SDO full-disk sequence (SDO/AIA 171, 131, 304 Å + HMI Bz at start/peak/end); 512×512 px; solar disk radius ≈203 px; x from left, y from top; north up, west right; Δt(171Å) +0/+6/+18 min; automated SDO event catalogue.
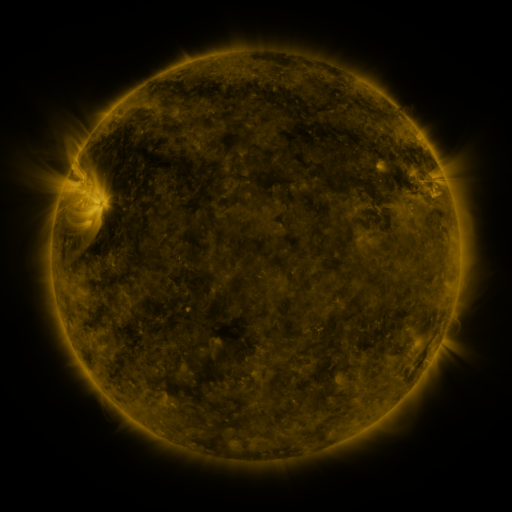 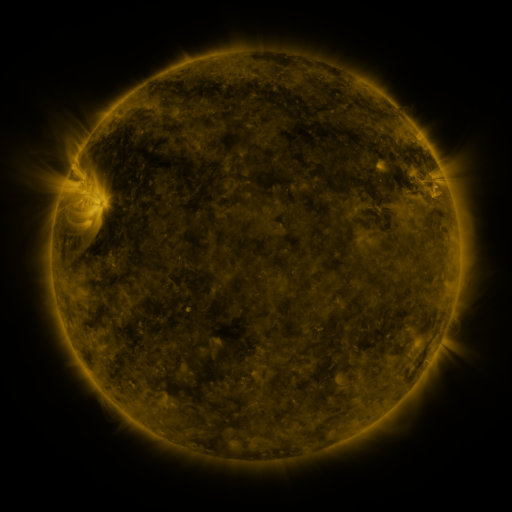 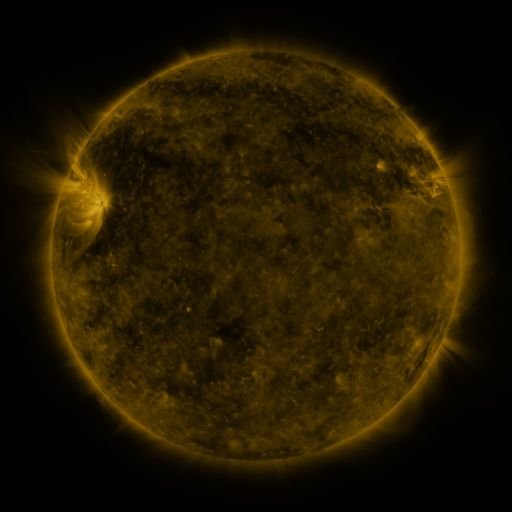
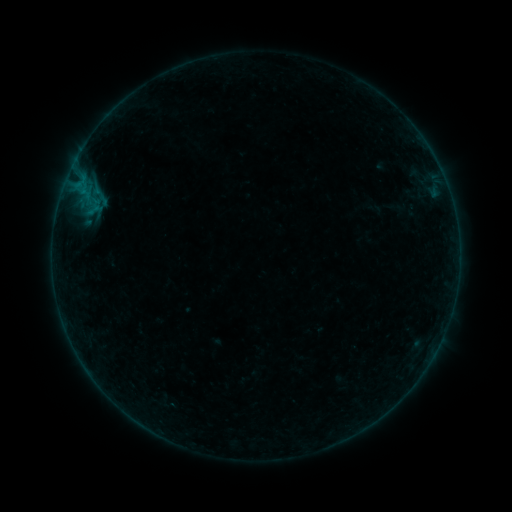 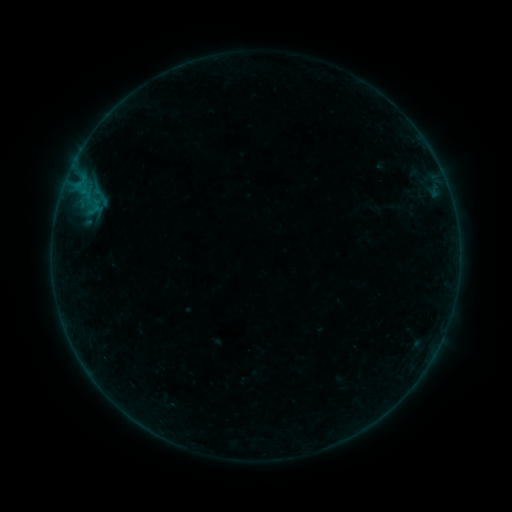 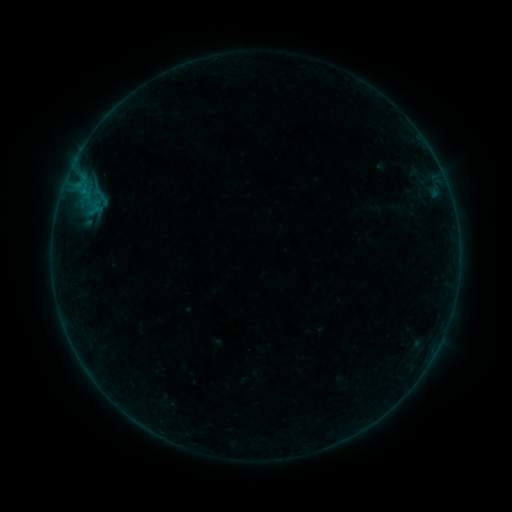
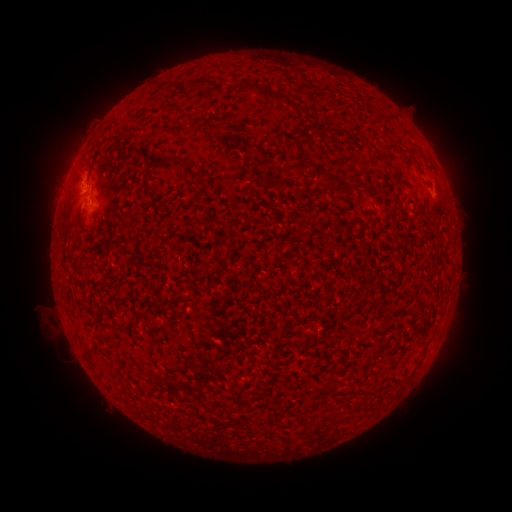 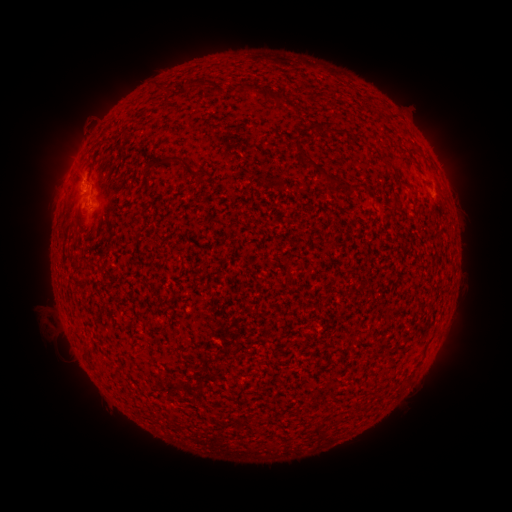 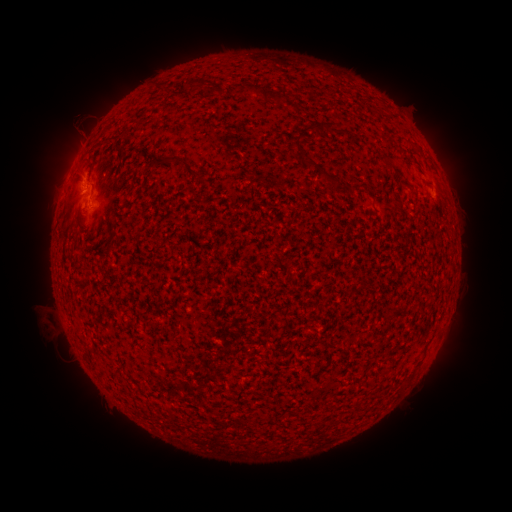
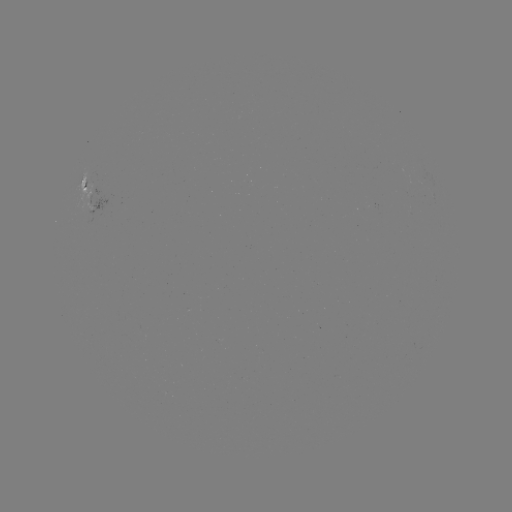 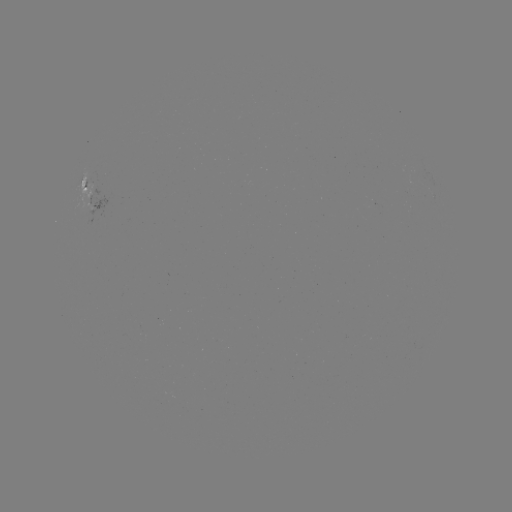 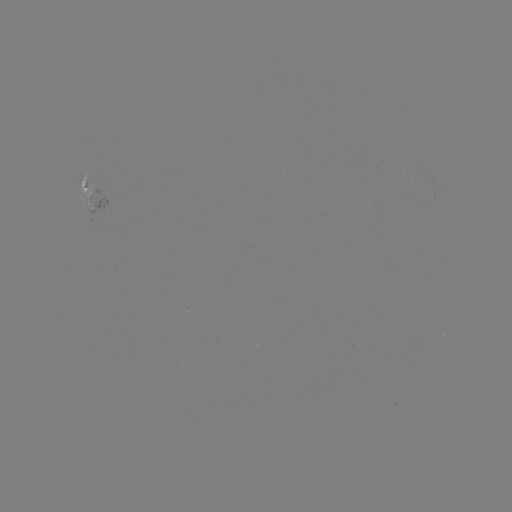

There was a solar eruption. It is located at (81, 118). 